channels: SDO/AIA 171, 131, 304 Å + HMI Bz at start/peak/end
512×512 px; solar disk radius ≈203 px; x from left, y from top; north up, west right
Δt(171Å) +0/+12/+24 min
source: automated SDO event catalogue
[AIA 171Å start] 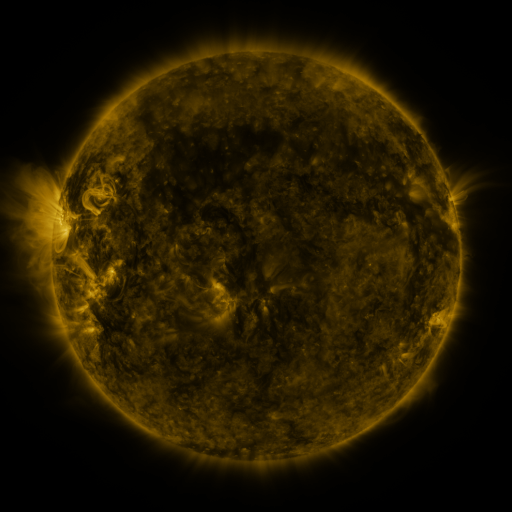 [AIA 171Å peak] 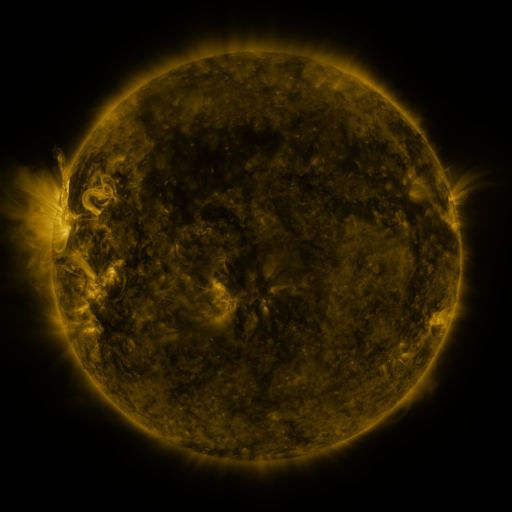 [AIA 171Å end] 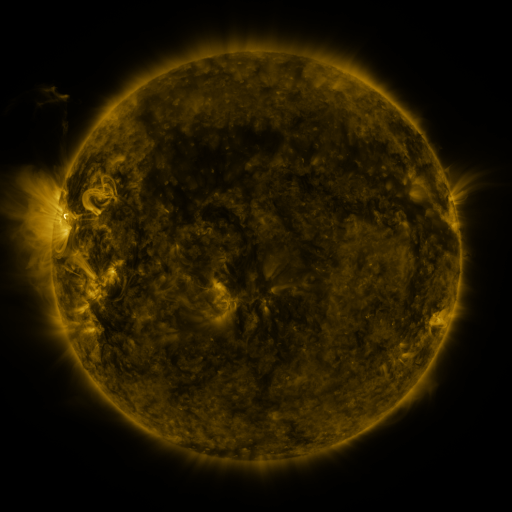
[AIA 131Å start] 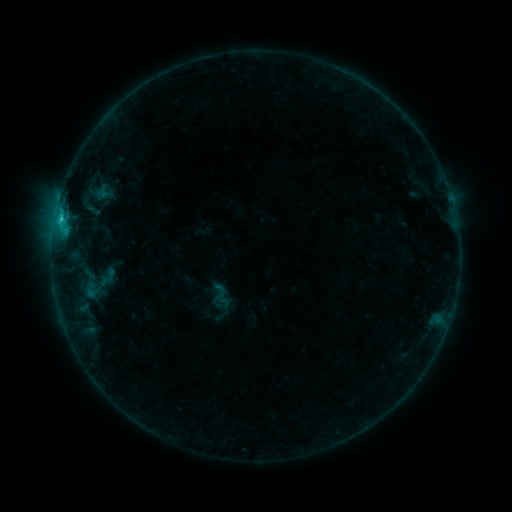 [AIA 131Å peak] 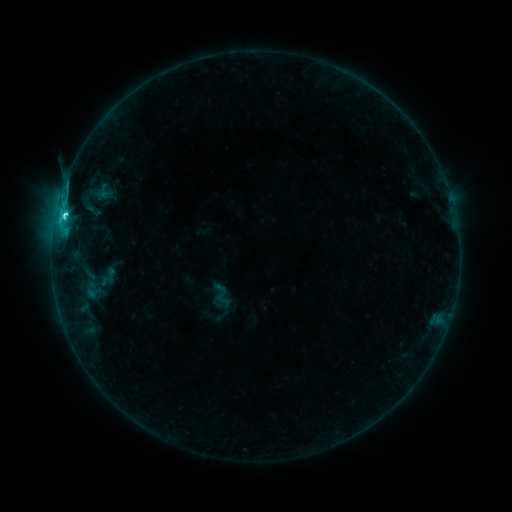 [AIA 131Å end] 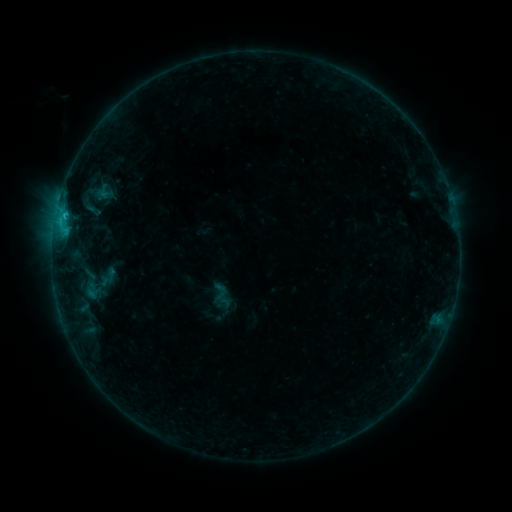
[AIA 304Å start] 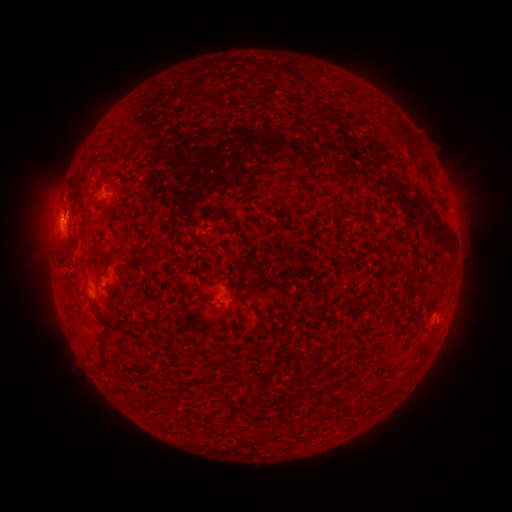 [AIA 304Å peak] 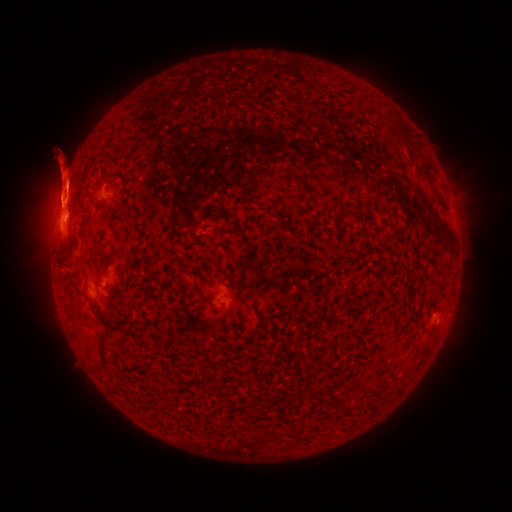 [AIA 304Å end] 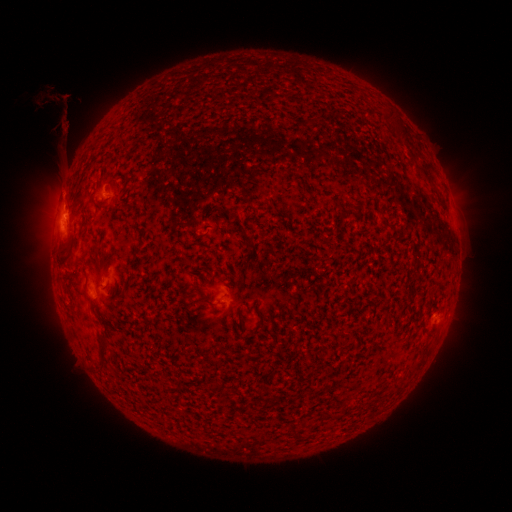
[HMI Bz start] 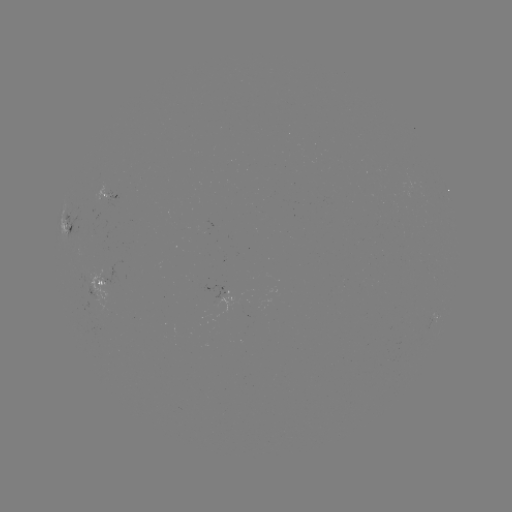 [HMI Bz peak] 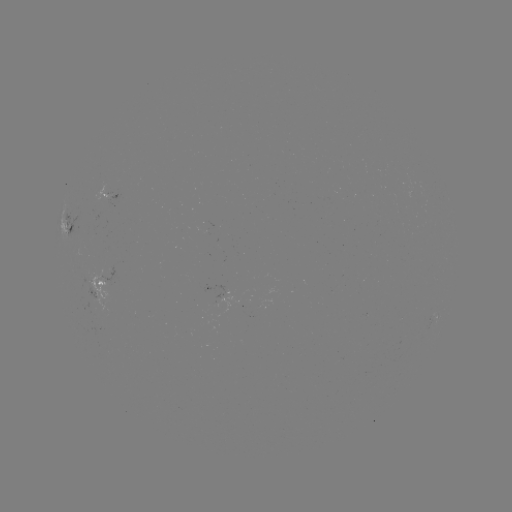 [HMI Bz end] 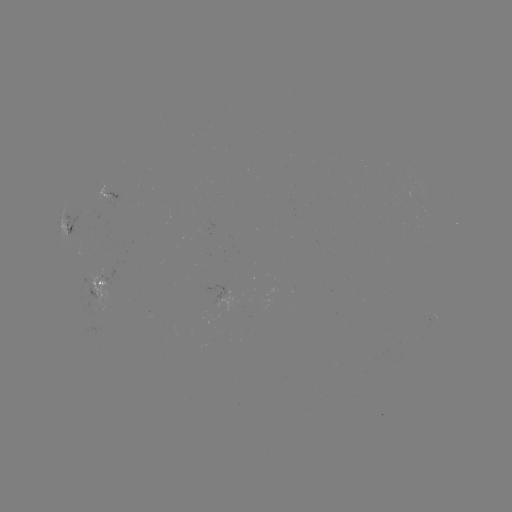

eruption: <bbox>27, 149, 98, 257</bbox>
